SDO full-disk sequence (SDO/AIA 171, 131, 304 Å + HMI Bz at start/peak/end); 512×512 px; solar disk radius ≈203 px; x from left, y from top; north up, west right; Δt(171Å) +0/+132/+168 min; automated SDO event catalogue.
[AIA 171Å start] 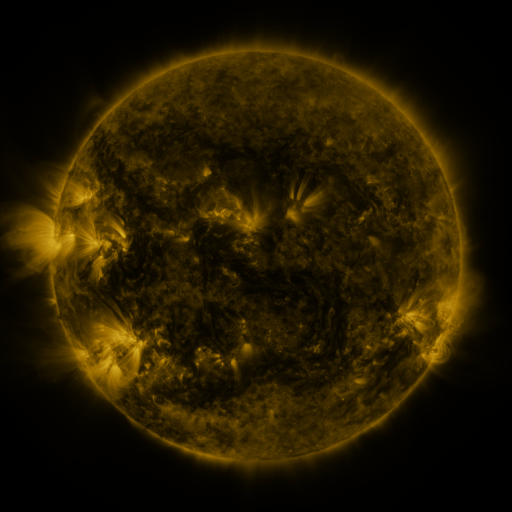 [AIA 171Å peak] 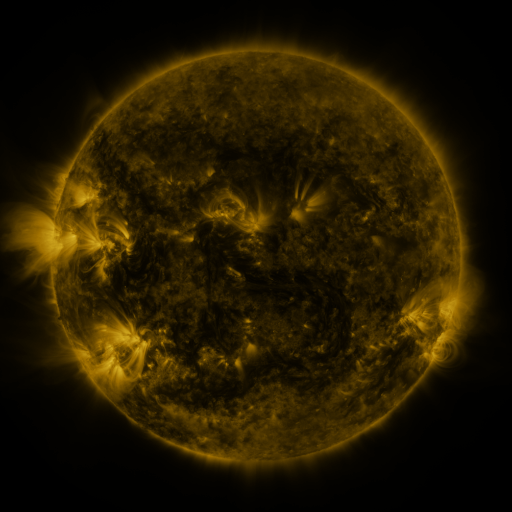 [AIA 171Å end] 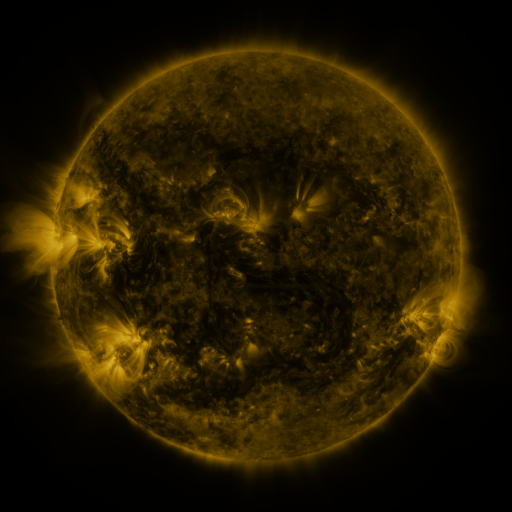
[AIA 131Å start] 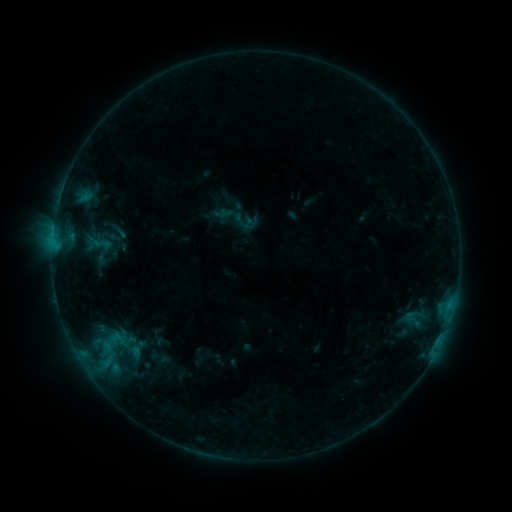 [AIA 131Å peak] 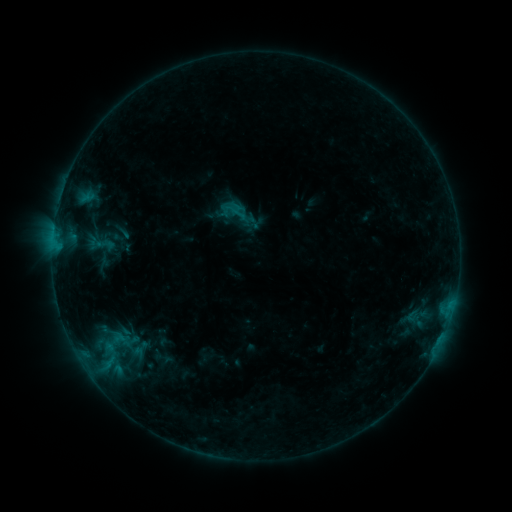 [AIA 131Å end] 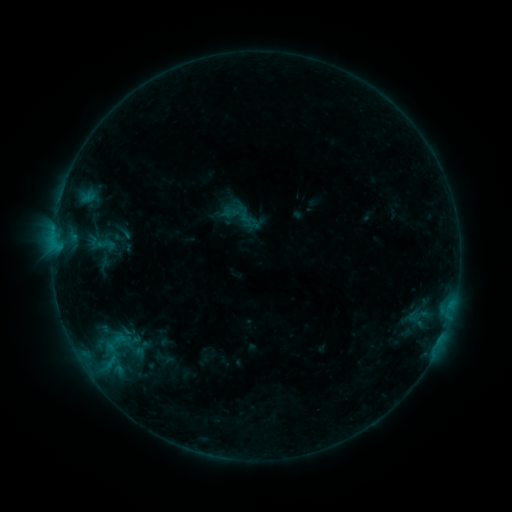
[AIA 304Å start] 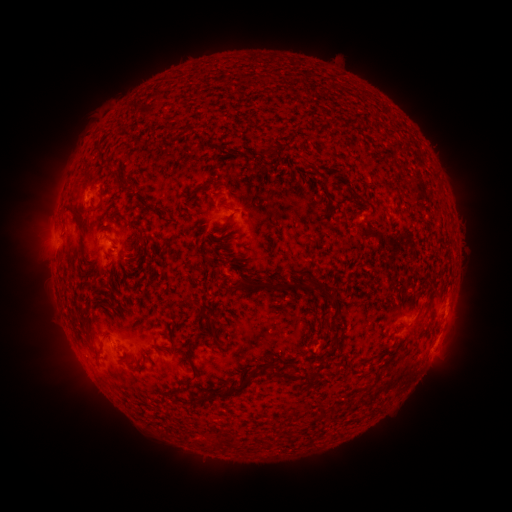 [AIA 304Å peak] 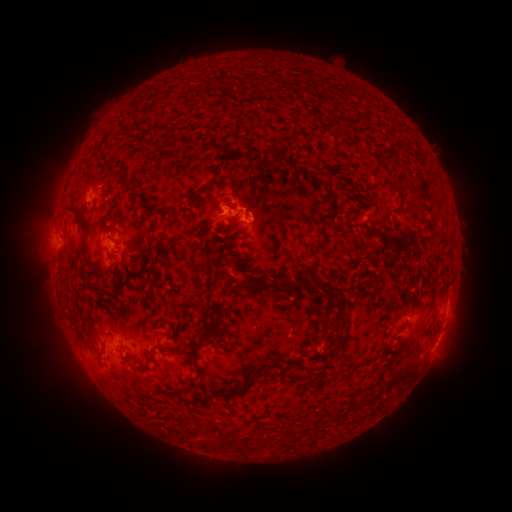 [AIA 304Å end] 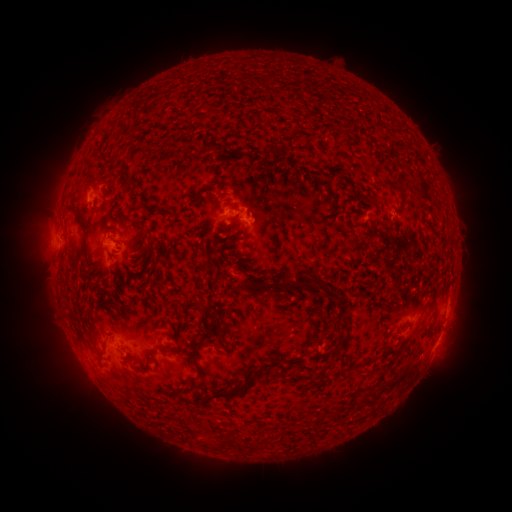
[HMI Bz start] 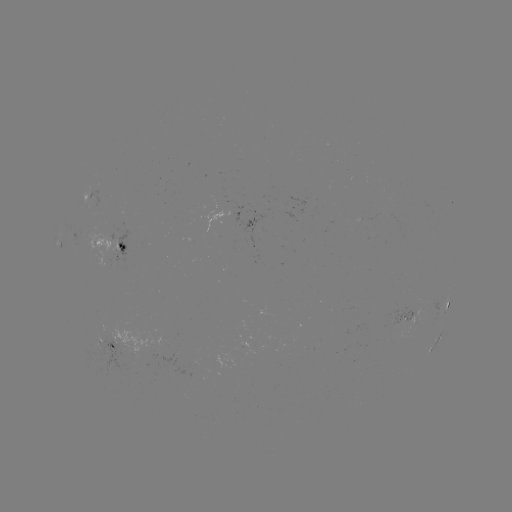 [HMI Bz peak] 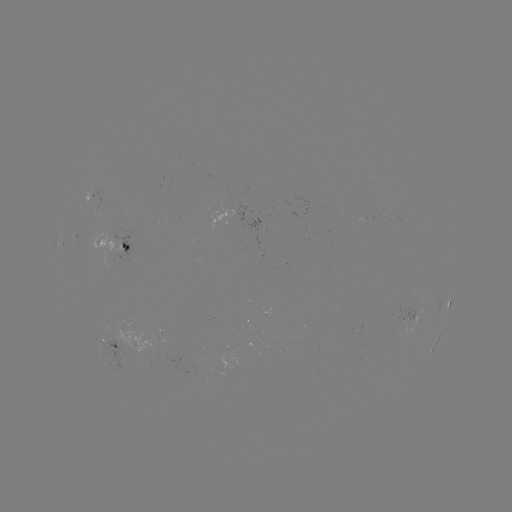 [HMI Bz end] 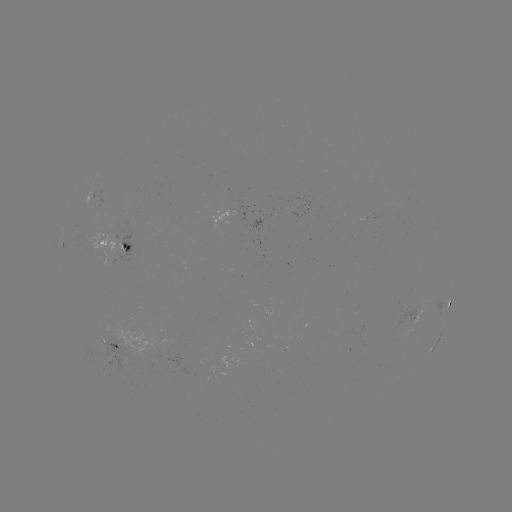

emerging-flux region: [87, 332, 140, 375]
